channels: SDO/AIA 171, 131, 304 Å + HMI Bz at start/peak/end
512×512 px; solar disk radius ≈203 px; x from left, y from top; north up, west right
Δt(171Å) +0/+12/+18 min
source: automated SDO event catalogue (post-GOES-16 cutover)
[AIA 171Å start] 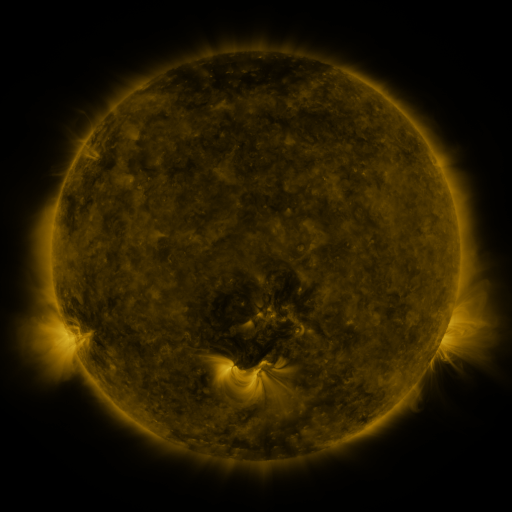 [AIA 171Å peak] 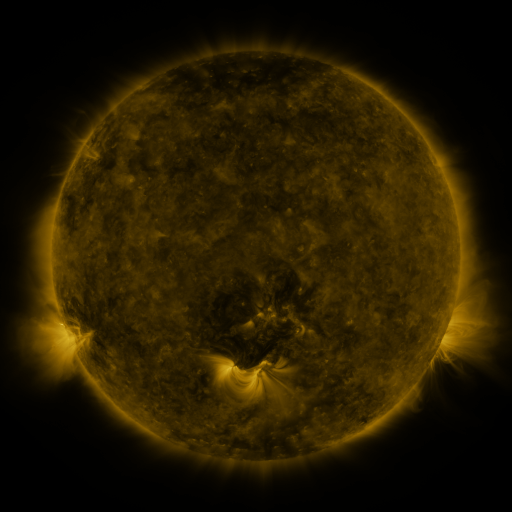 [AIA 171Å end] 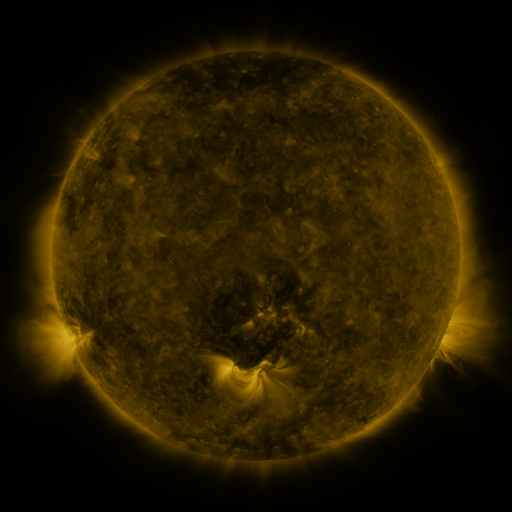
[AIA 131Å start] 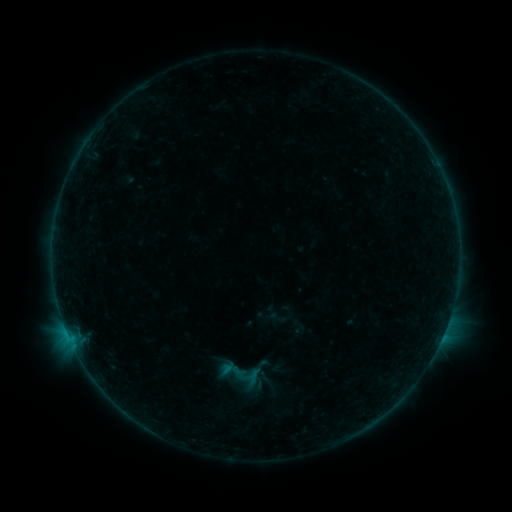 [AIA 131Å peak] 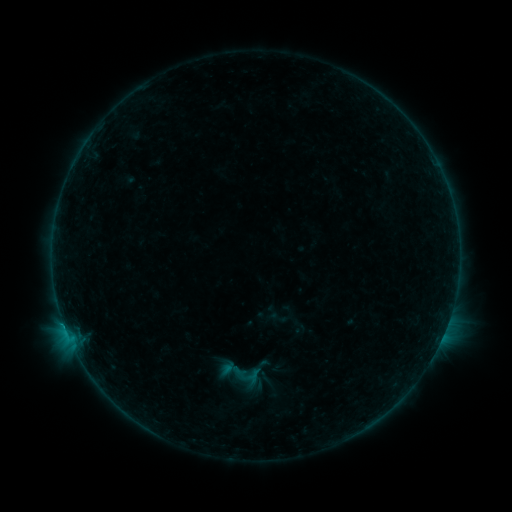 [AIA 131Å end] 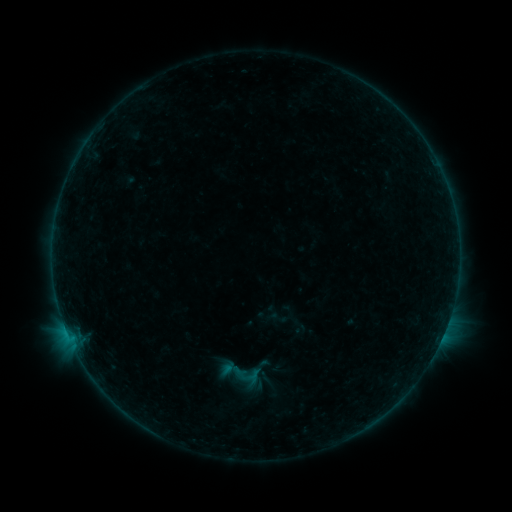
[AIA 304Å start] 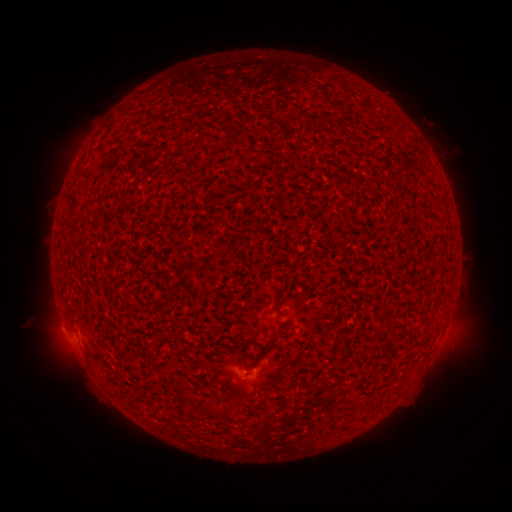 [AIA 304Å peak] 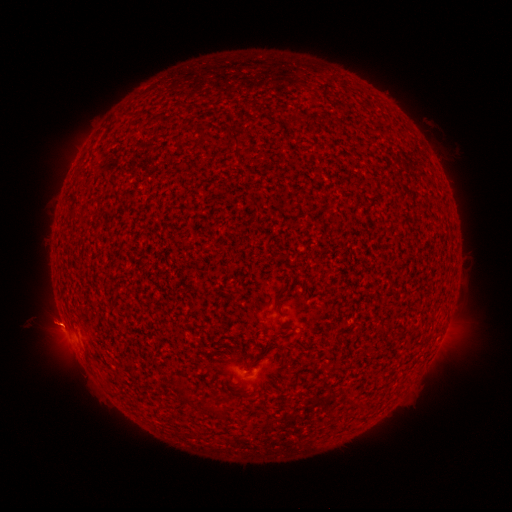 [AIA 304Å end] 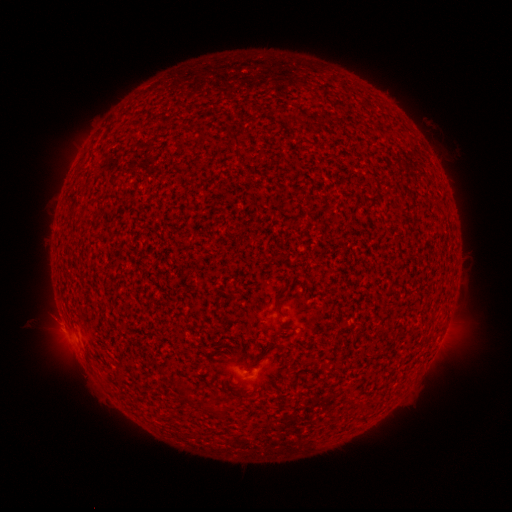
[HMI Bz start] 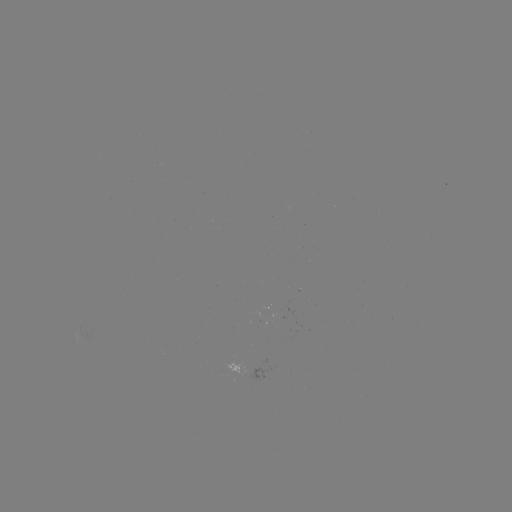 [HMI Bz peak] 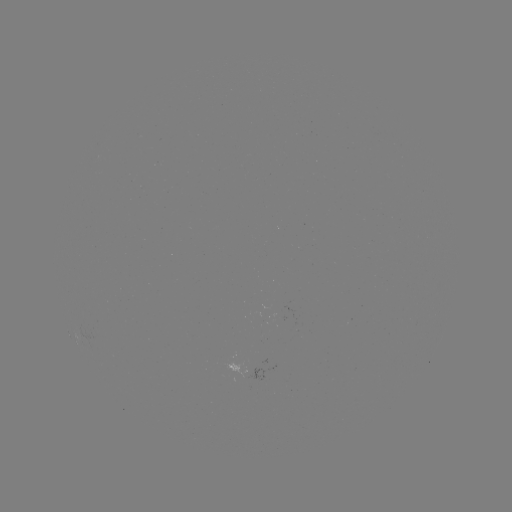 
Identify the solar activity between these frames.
B1.9 flare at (65, 325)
